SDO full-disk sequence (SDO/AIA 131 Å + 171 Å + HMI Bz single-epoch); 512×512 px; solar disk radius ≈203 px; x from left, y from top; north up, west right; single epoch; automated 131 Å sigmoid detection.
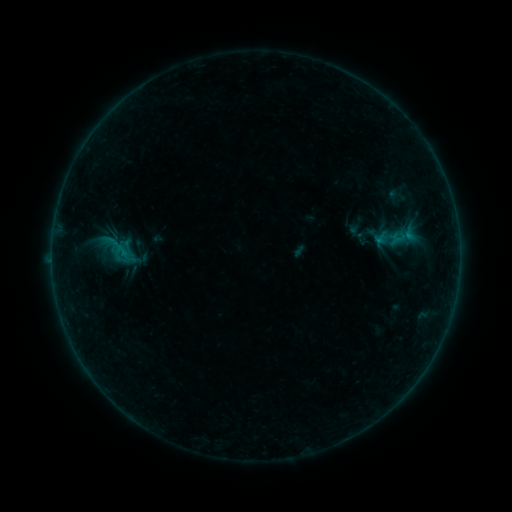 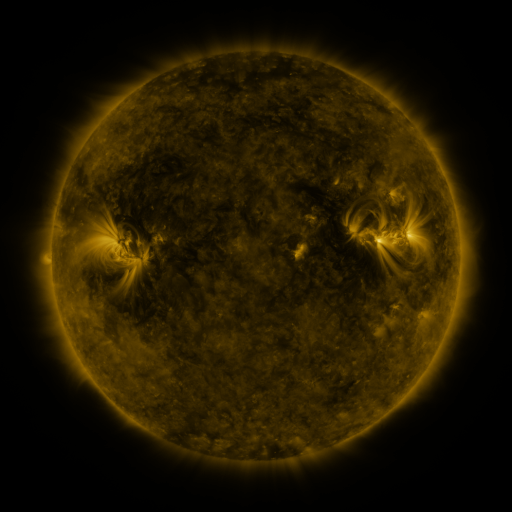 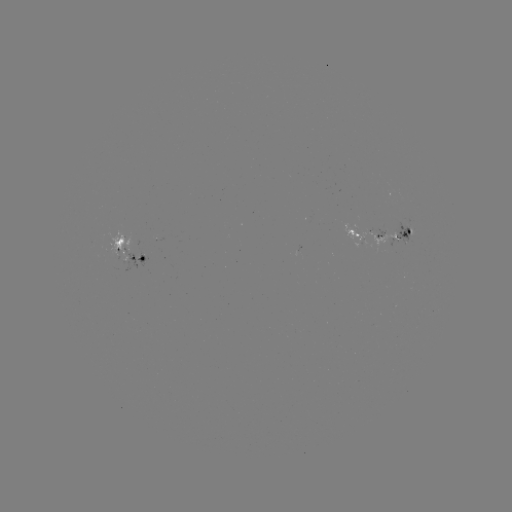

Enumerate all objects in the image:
sigmoid: [387, 228, 410, 247]
